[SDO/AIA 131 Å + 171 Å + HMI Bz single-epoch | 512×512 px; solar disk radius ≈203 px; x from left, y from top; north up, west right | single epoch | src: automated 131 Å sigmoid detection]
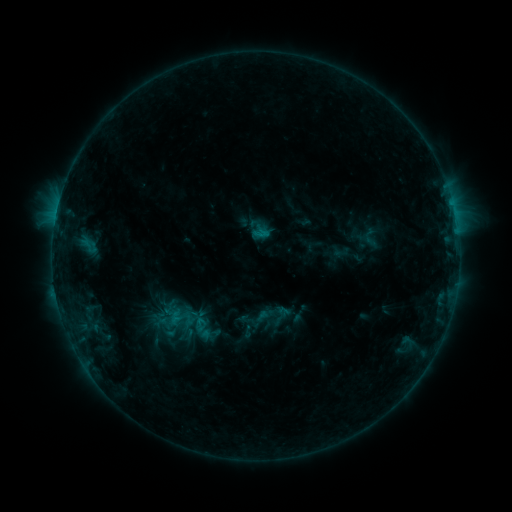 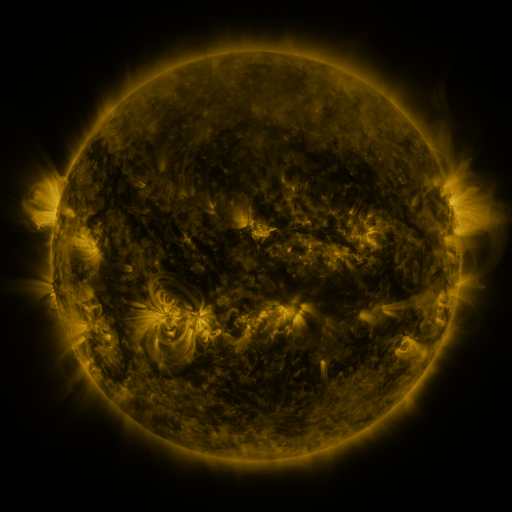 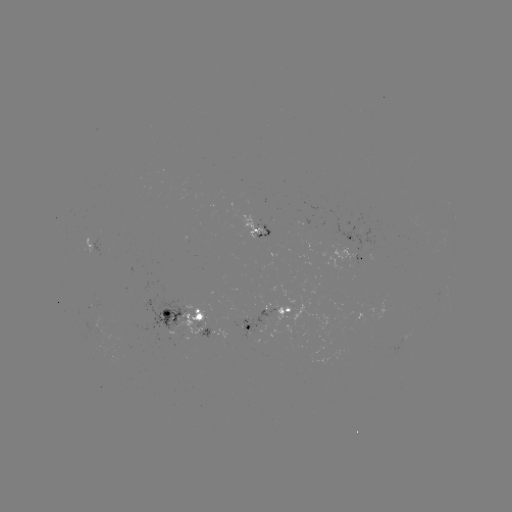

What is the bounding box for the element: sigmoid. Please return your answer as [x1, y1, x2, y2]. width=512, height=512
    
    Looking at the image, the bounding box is [187, 315, 217, 343].